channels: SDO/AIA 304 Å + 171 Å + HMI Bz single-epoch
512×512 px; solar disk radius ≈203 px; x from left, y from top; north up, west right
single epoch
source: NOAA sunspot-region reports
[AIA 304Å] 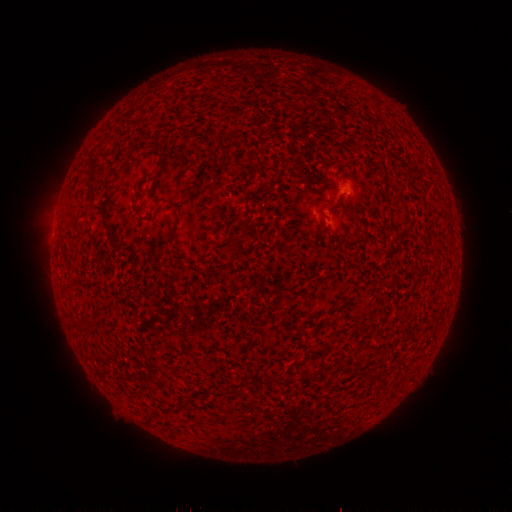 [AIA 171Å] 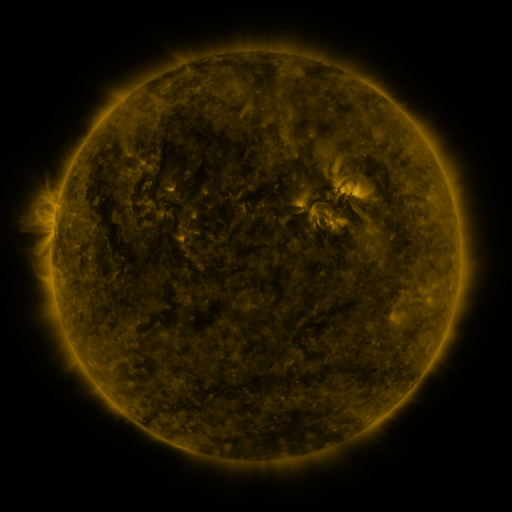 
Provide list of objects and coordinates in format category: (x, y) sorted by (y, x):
spotted active region: (346, 193)
